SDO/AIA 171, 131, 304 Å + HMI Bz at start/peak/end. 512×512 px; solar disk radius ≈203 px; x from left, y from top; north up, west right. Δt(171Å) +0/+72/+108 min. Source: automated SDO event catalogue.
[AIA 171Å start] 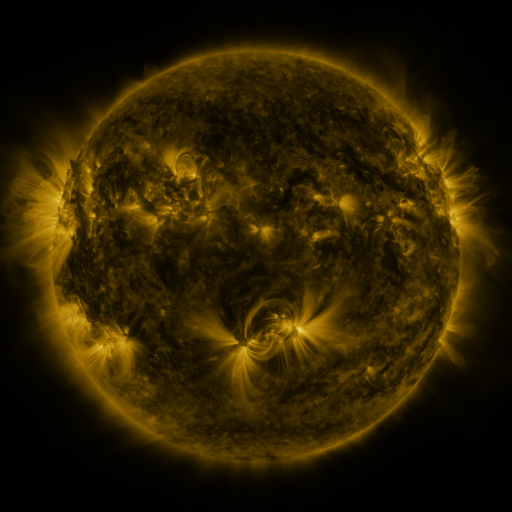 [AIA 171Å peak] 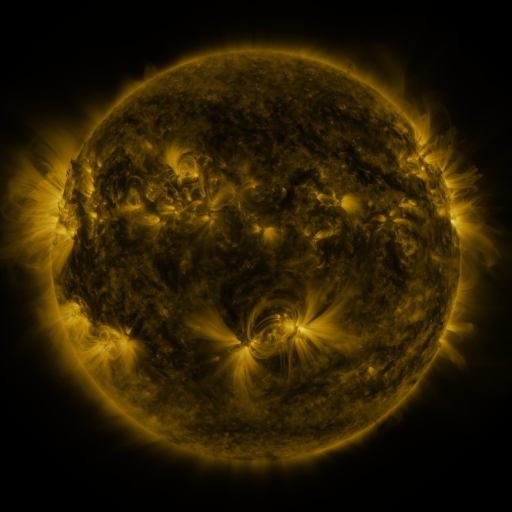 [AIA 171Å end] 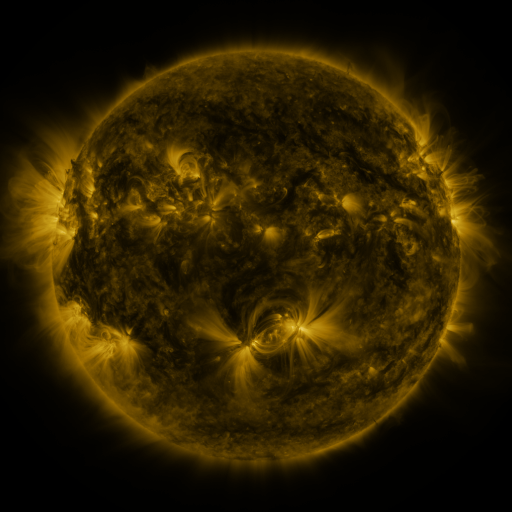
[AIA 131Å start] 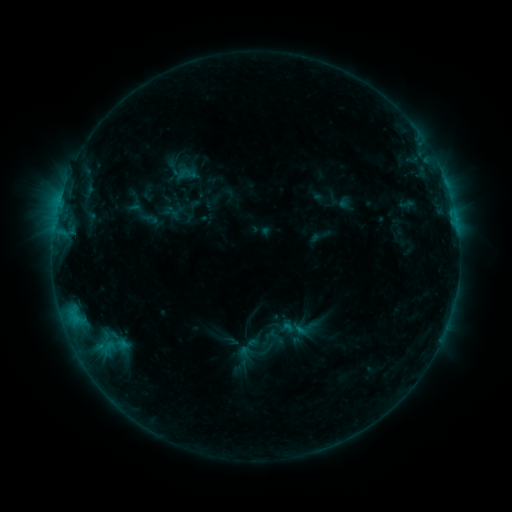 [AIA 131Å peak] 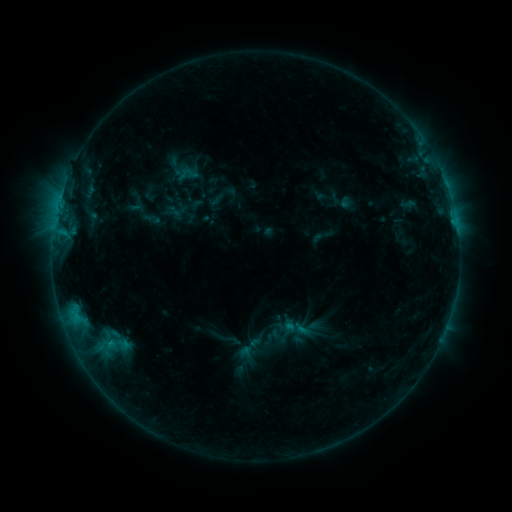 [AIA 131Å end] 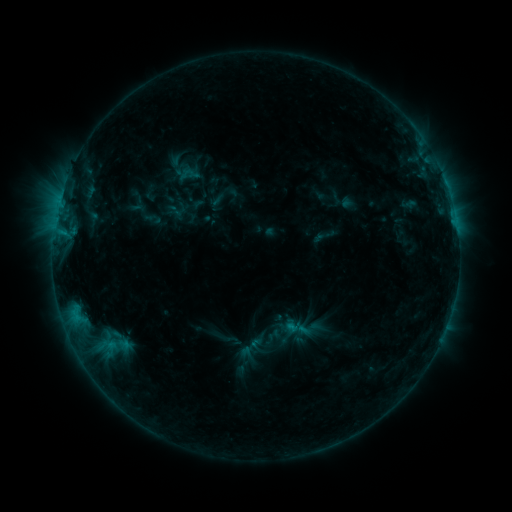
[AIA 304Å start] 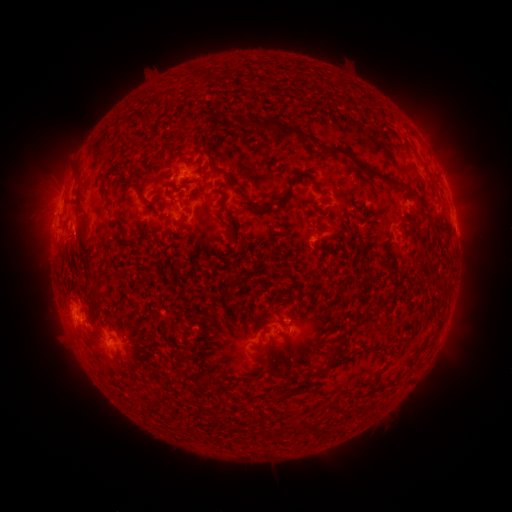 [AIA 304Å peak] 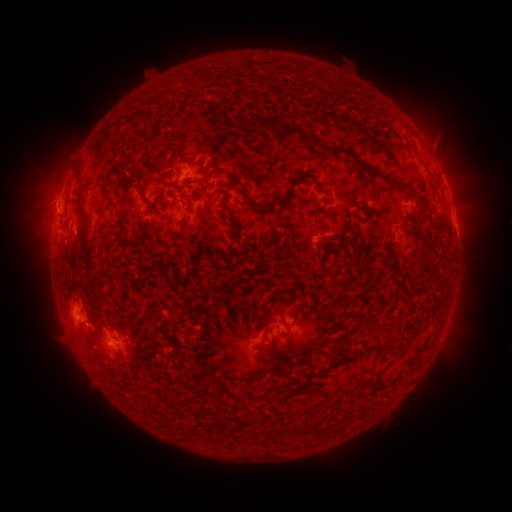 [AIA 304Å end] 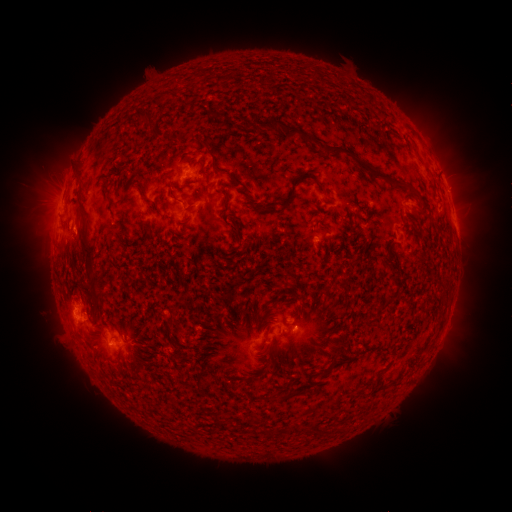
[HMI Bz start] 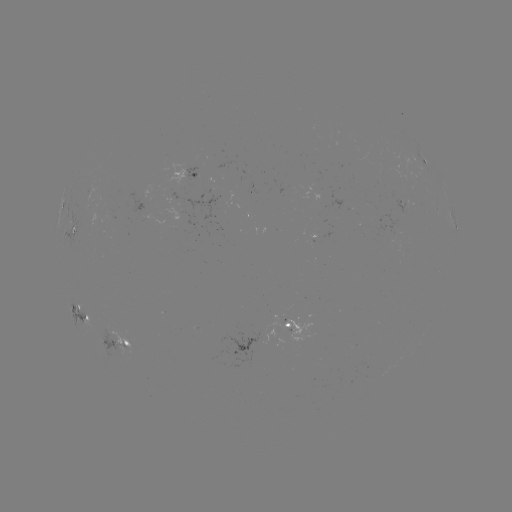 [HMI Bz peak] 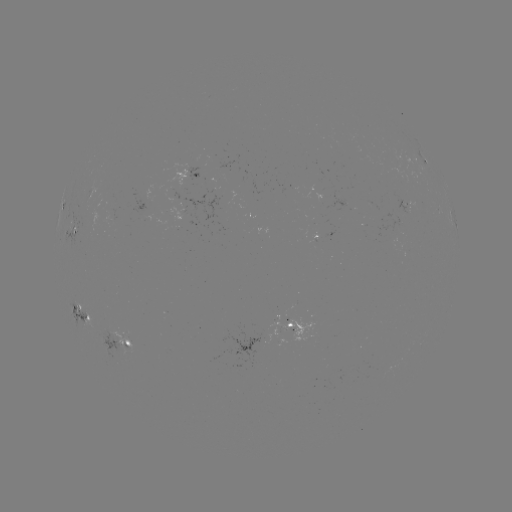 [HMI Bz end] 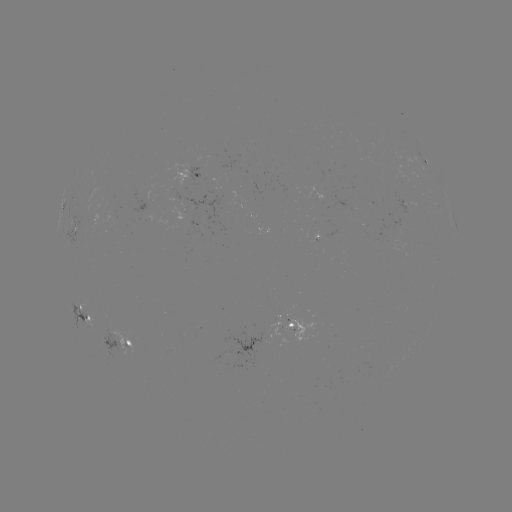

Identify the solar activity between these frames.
emerging-flux region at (111, 341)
